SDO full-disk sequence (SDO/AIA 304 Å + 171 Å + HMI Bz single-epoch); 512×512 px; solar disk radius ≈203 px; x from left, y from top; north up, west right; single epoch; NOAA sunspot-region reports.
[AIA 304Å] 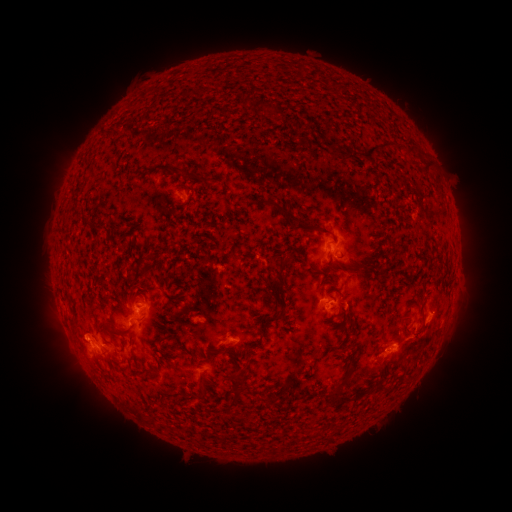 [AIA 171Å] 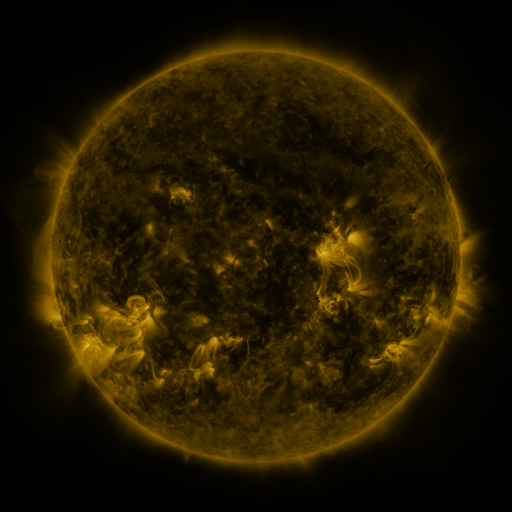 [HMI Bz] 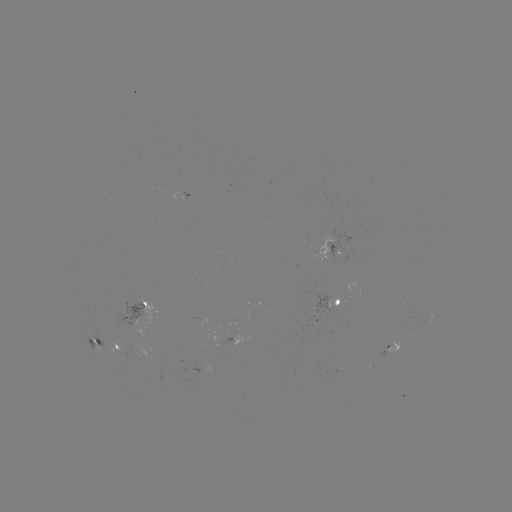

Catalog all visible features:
spotted active region: (331, 251)
spotted active region: (338, 300)
spotted active region: (136, 318)
spotted active region: (430, 321)
spotted active region: (94, 339)
spotted active region: (239, 339)
spotted active region: (115, 345)
spotted active region: (397, 348)
